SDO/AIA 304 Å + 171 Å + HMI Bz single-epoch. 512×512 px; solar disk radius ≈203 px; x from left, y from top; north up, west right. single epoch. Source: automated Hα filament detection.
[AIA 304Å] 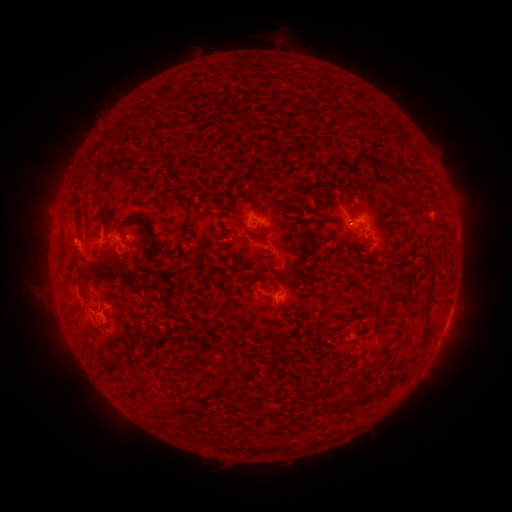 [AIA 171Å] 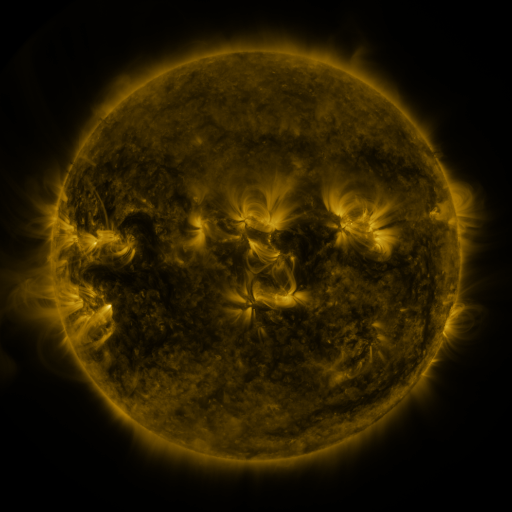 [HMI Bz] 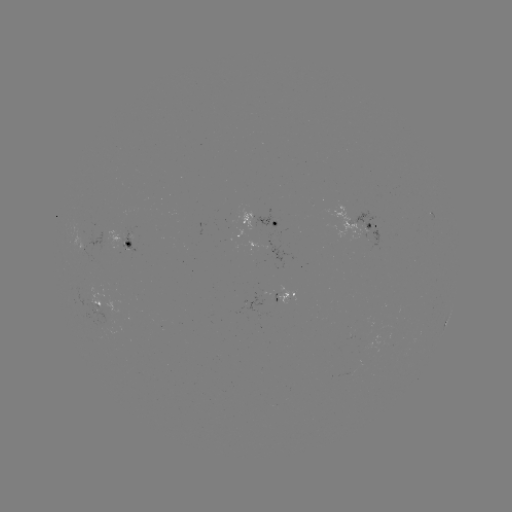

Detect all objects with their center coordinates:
filament: (355, 161)
filament: (392, 169)
filament: (102, 209)
filament: (78, 214)
filament: (139, 218)
filament: (188, 226)
filament: (302, 233)
filament: (258, 237)
filament: (102, 265)
filament: (290, 277)
filament: (158, 281)
filament: (83, 293)
filament: (356, 361)
filament: (402, 378)
filament: (139, 383)
filament: (333, 408)
